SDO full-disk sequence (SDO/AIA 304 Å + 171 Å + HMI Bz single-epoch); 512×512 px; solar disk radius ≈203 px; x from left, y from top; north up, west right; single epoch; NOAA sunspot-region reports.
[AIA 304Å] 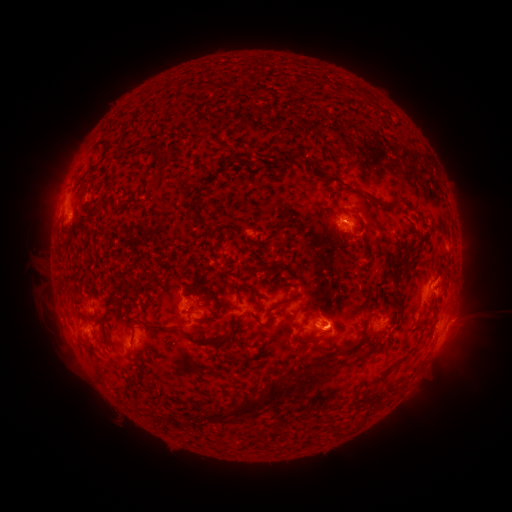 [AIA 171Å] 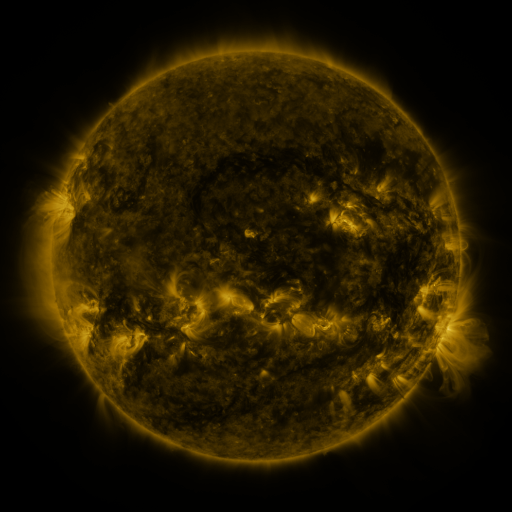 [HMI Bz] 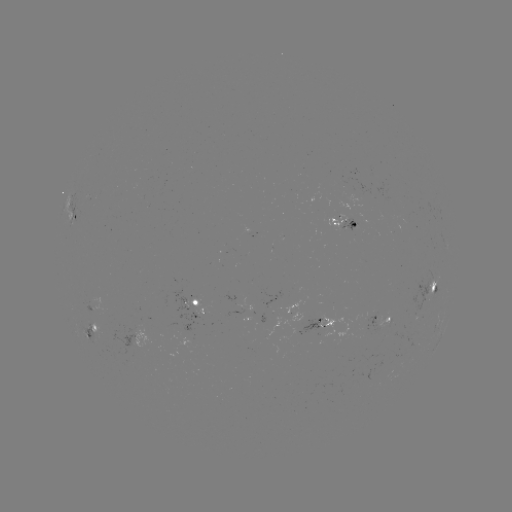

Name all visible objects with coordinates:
spotted active region: (77, 213)
spotted active region: (344, 217)
spotted active region: (252, 234)
spotted active region: (433, 281)
spotted active region: (196, 307)
spotted active region: (256, 318)
spotted active region: (320, 320)
spotted active region: (448, 322)
spotted active region: (383, 323)
spotted active region: (91, 330)
